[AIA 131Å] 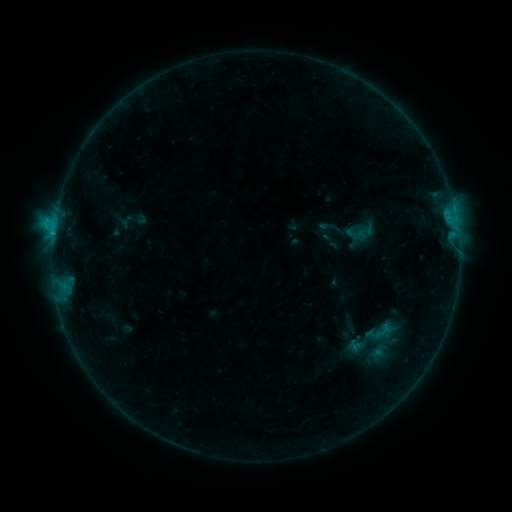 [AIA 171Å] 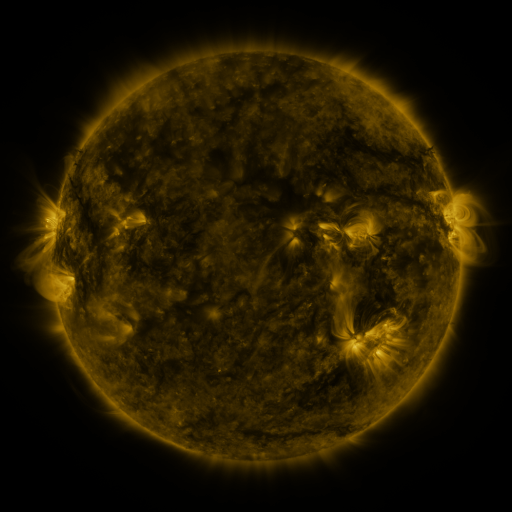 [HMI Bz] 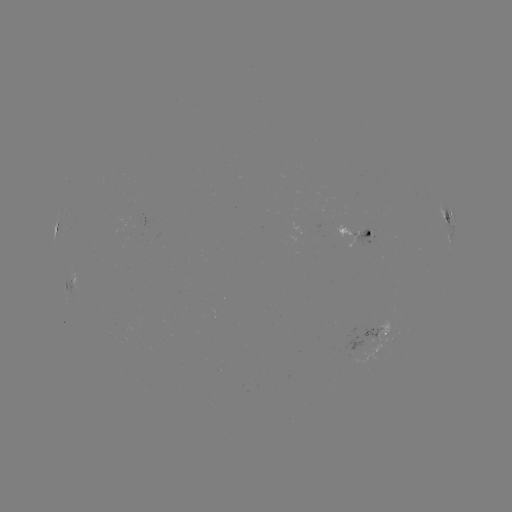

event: sigmoid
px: (384, 331)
